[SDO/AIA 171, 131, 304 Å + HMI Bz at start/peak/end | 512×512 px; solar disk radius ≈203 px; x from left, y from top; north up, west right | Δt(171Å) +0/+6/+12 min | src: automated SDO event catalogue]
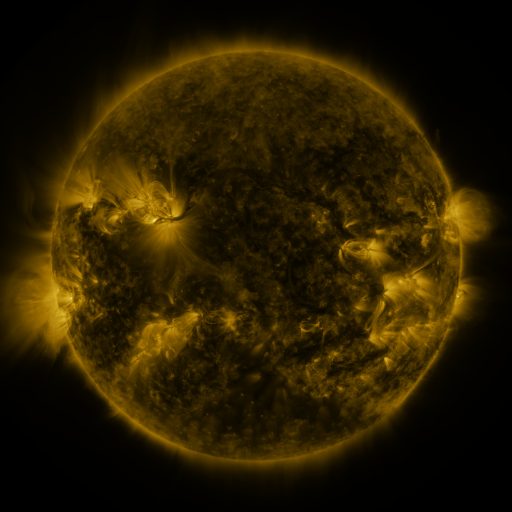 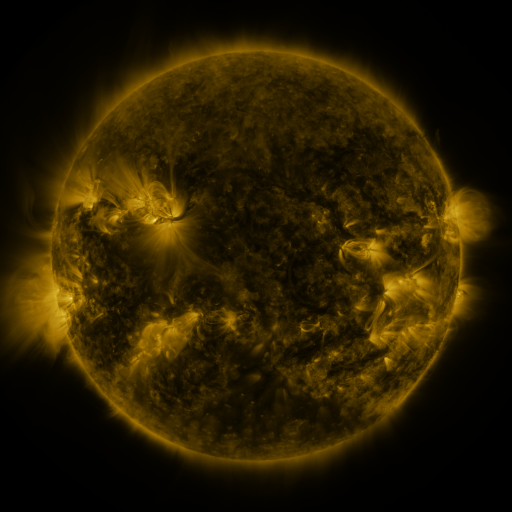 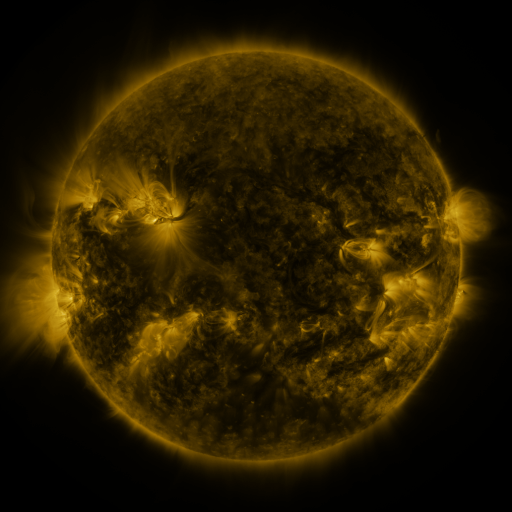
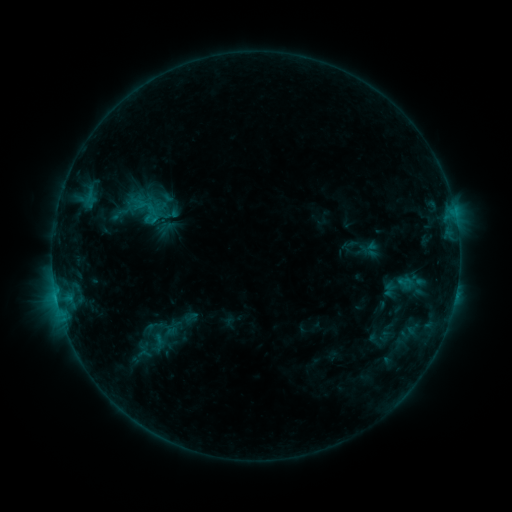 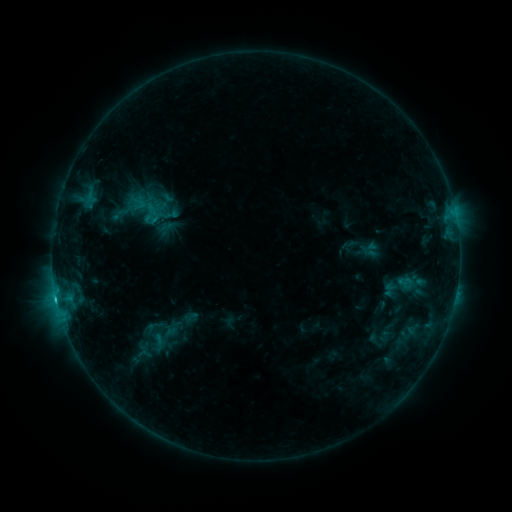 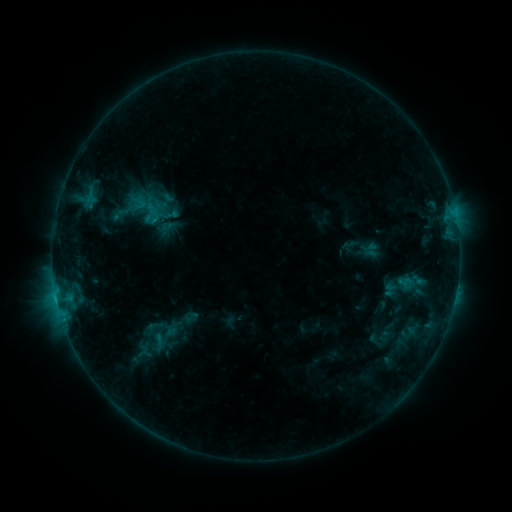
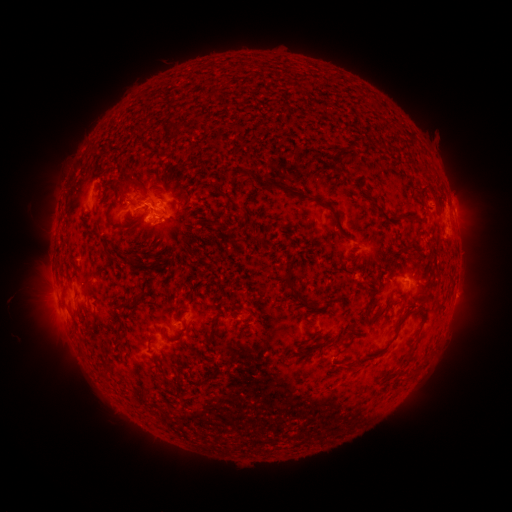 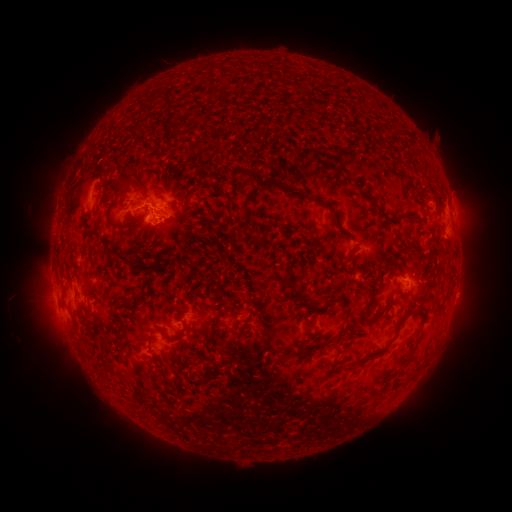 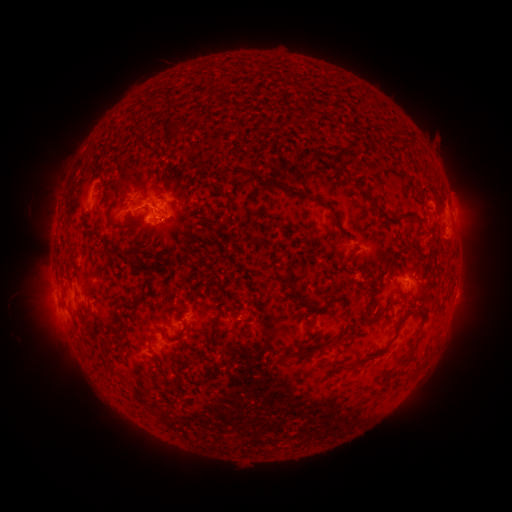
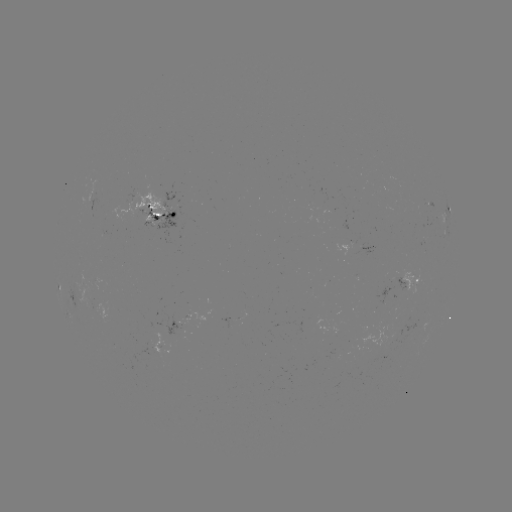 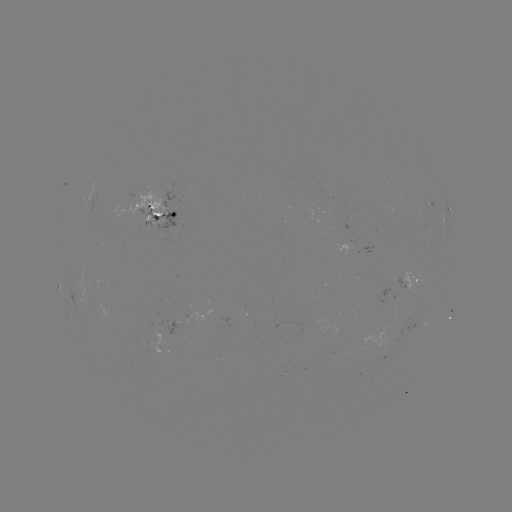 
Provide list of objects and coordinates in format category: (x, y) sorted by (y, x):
C1.1 flare: (57, 298)
